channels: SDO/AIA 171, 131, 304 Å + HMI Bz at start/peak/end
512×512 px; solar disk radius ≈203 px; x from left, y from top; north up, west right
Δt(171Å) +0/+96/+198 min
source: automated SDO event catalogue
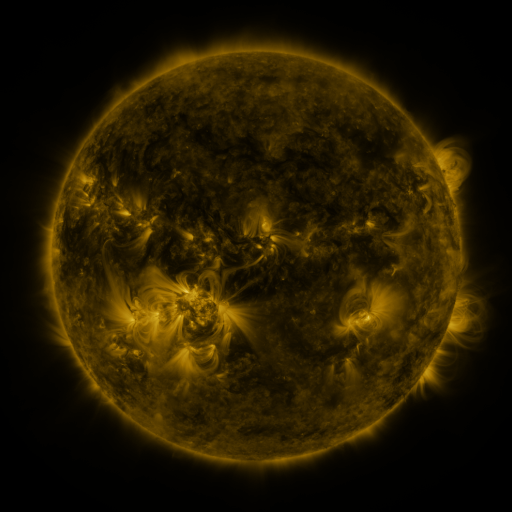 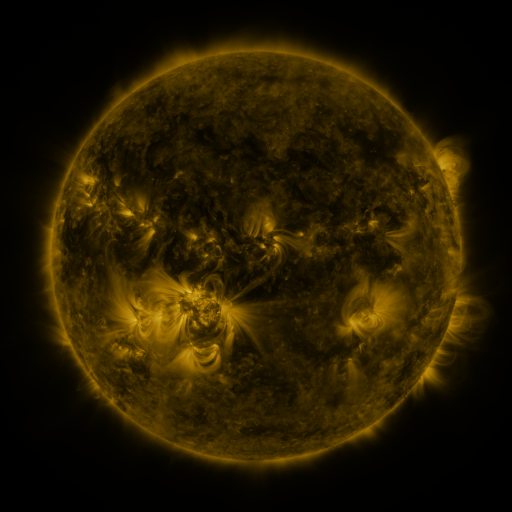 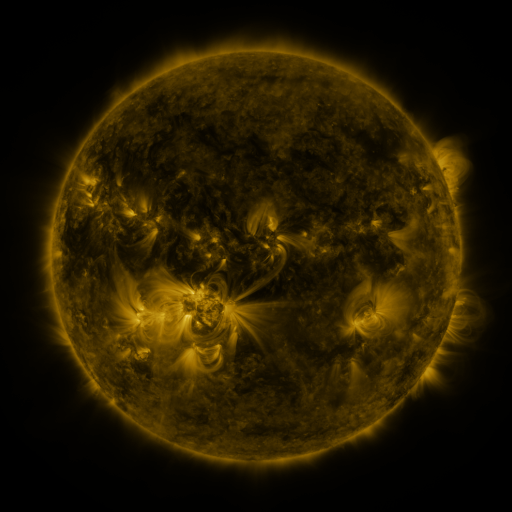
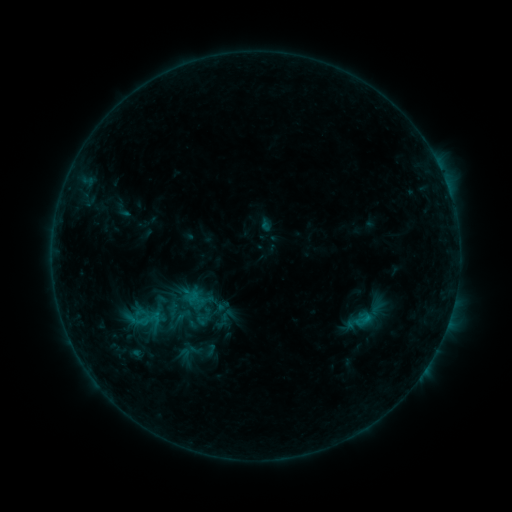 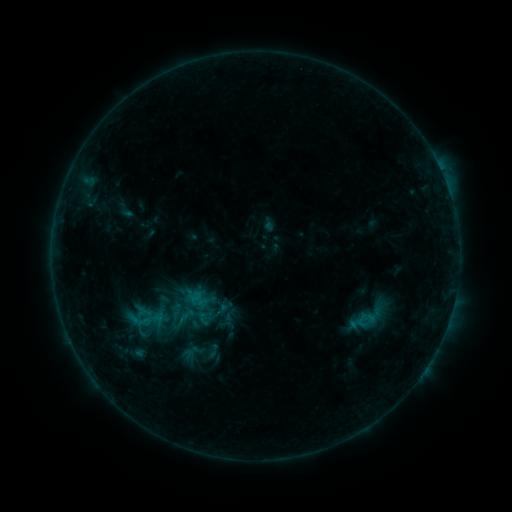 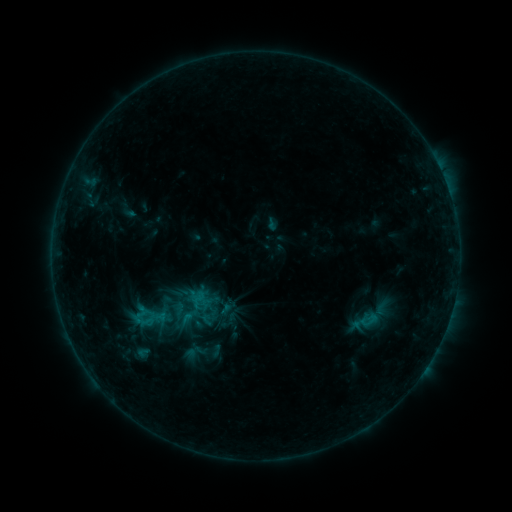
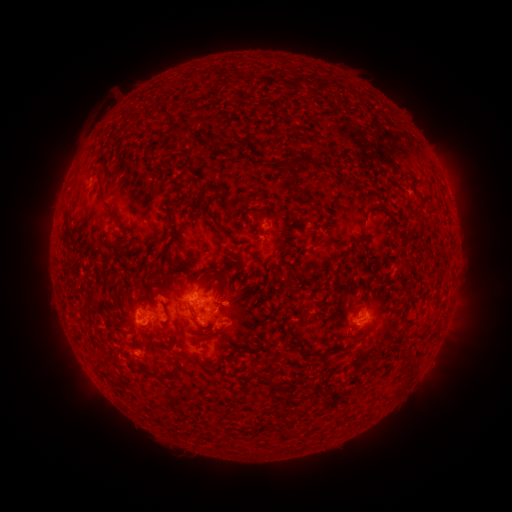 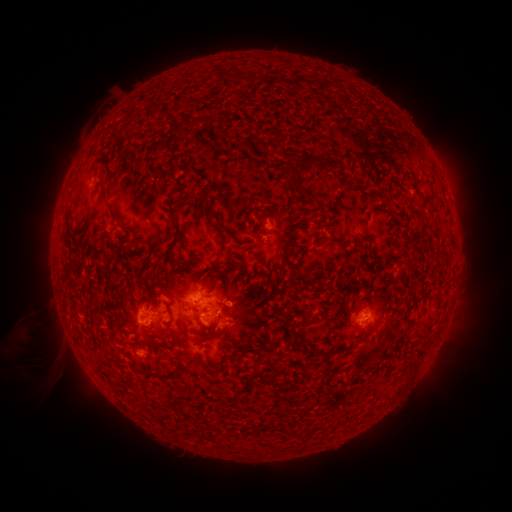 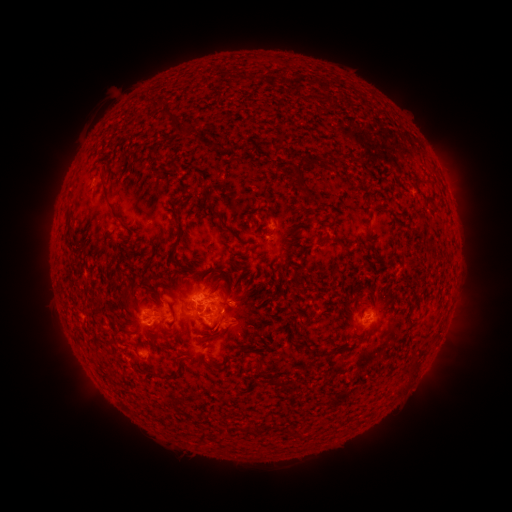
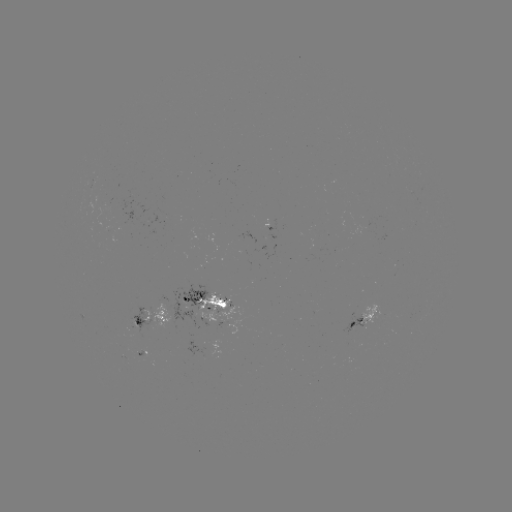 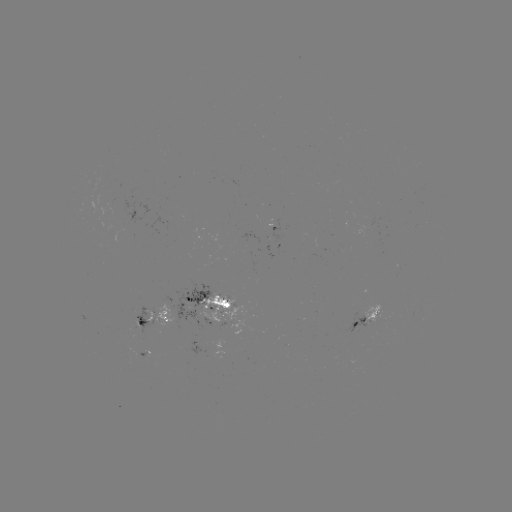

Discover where filament eruption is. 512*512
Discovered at [31, 351].